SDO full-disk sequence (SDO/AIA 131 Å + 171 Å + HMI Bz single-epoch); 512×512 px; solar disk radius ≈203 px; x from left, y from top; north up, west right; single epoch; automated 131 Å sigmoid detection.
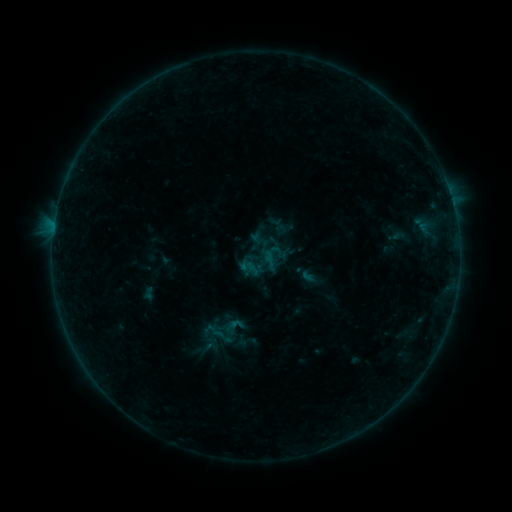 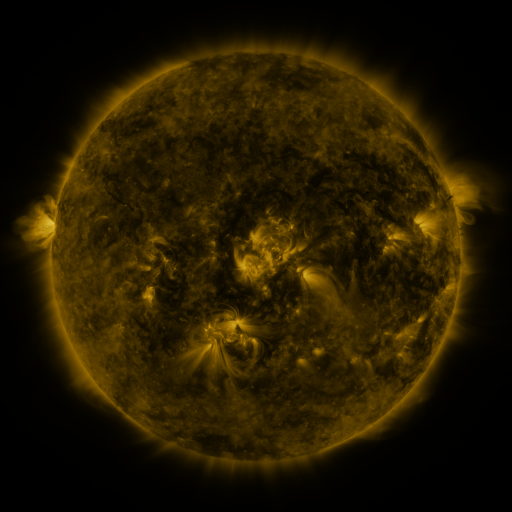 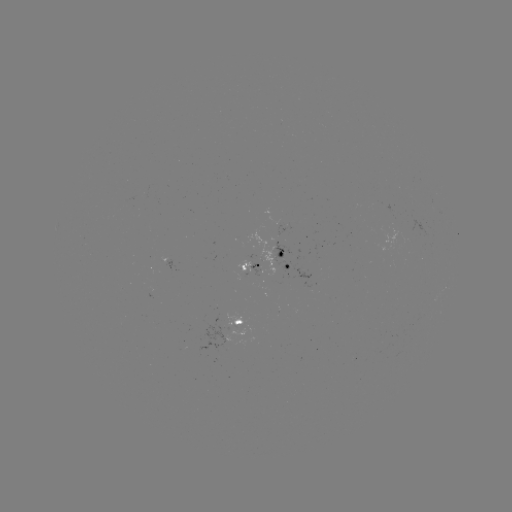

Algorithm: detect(sigmoid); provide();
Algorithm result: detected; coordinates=(224, 340)